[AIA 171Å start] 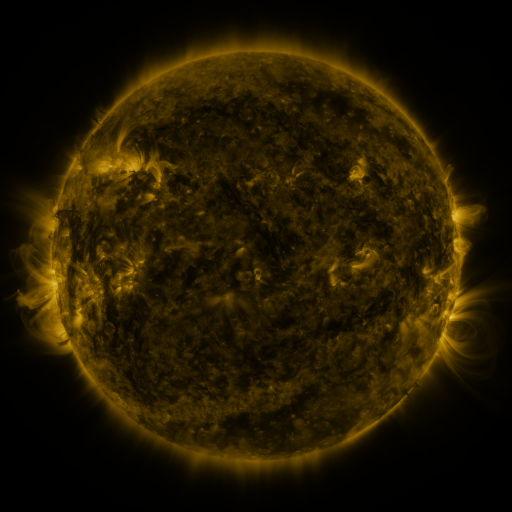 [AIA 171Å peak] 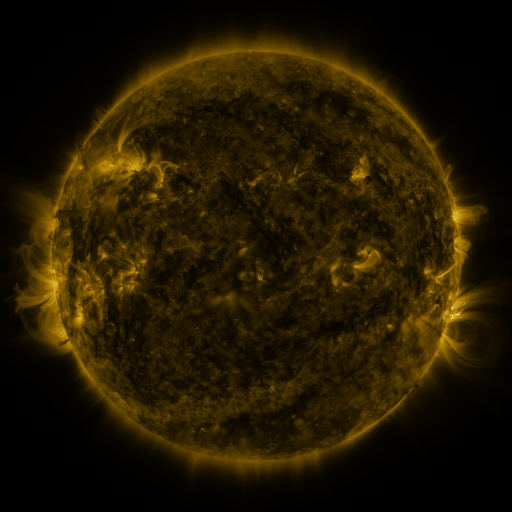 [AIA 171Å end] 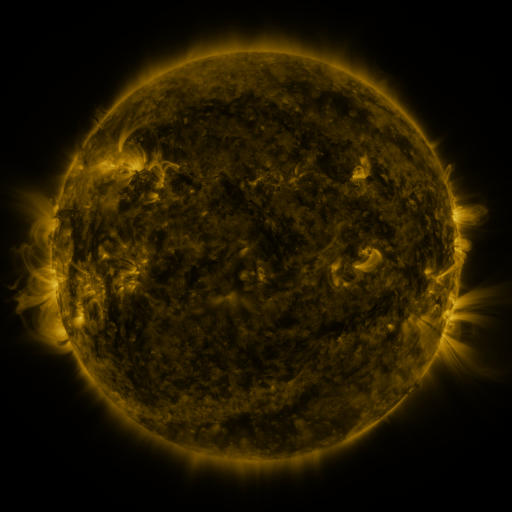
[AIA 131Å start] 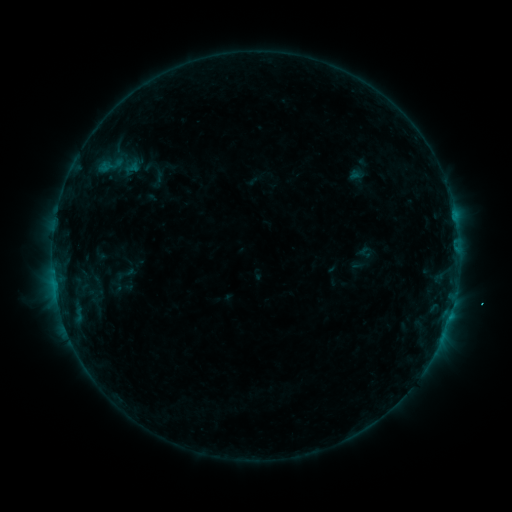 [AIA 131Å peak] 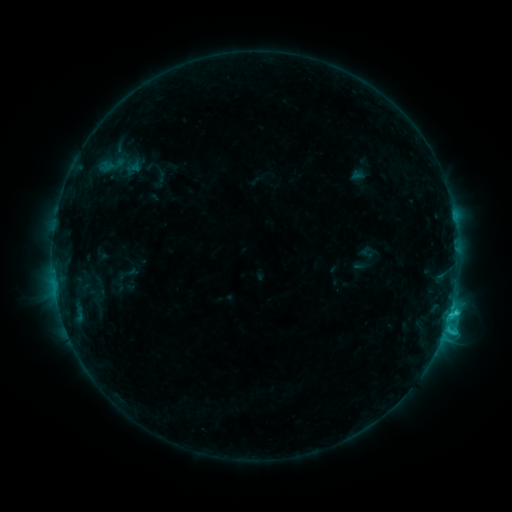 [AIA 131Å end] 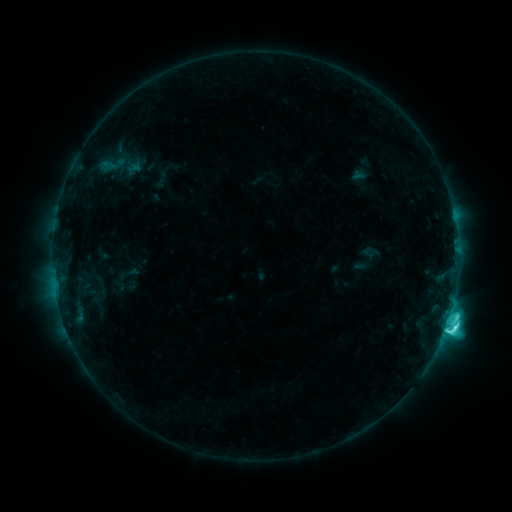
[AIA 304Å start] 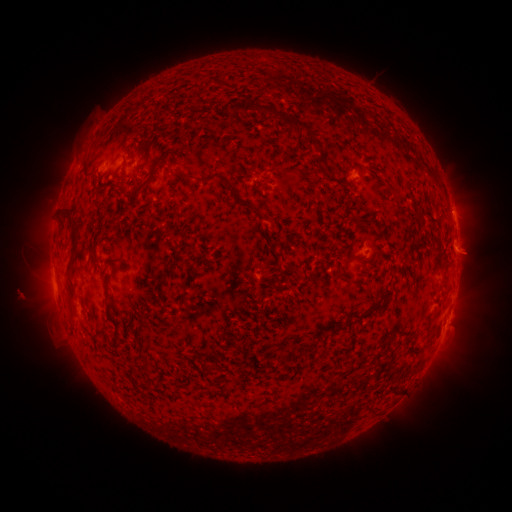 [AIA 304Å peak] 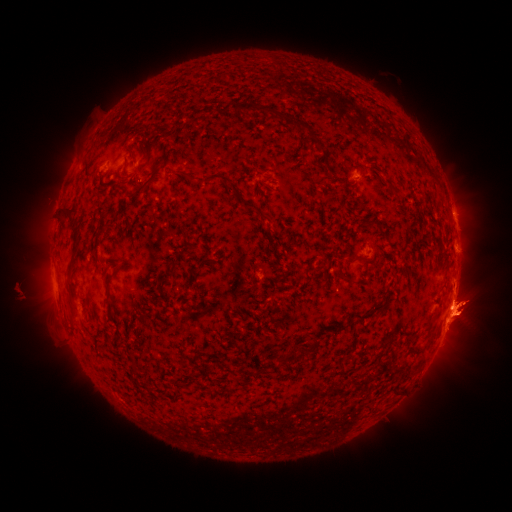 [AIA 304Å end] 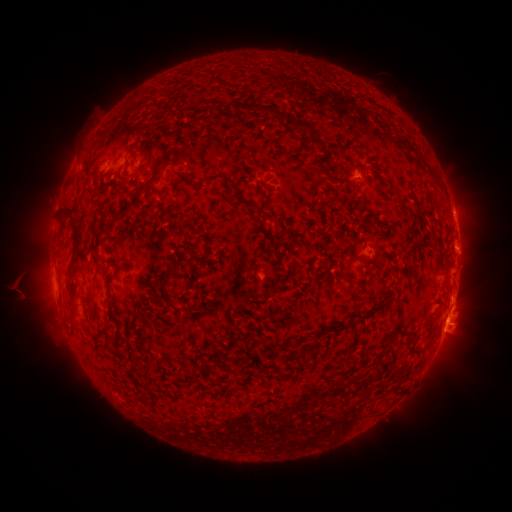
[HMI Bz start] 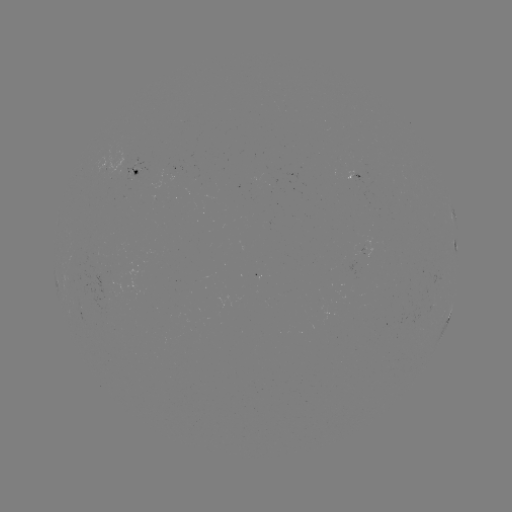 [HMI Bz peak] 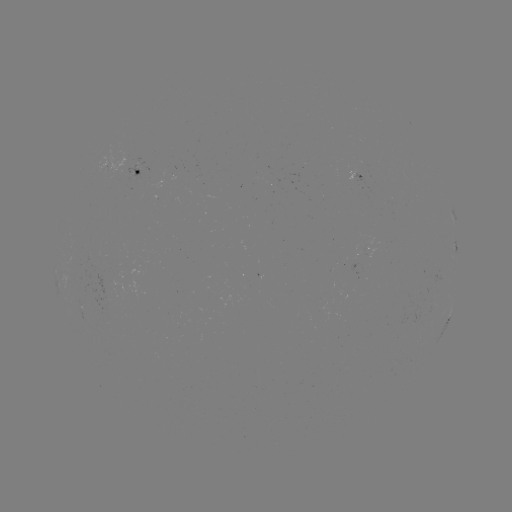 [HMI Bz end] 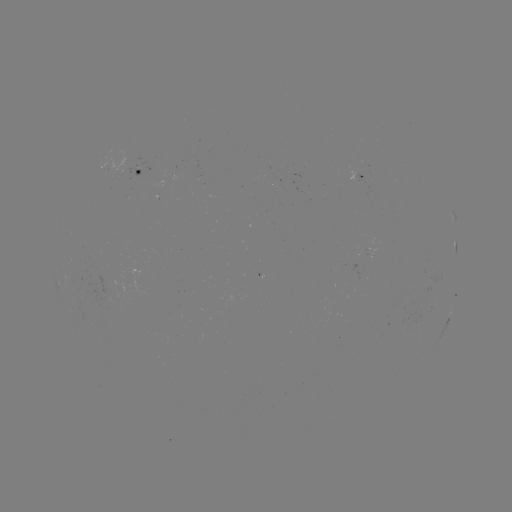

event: emerging-flux region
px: (130, 161)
